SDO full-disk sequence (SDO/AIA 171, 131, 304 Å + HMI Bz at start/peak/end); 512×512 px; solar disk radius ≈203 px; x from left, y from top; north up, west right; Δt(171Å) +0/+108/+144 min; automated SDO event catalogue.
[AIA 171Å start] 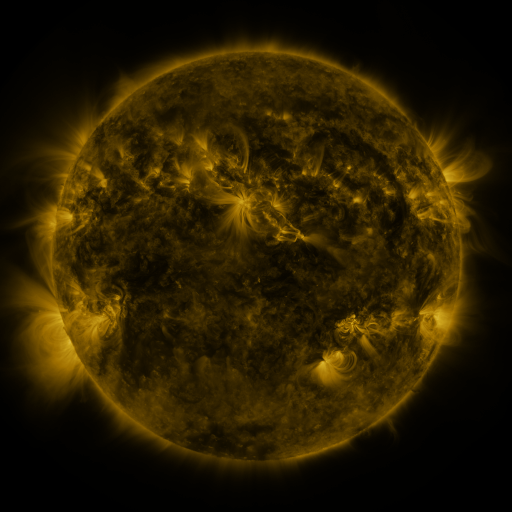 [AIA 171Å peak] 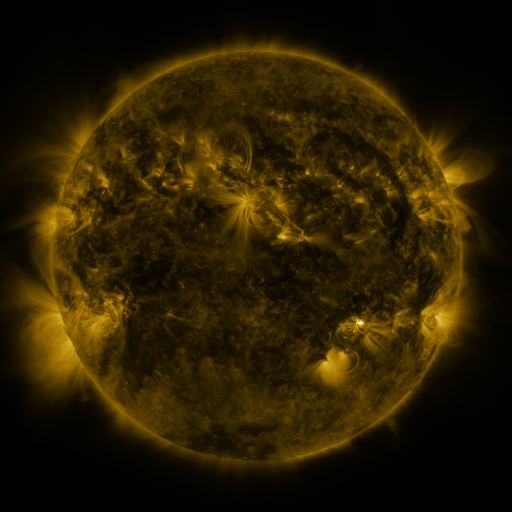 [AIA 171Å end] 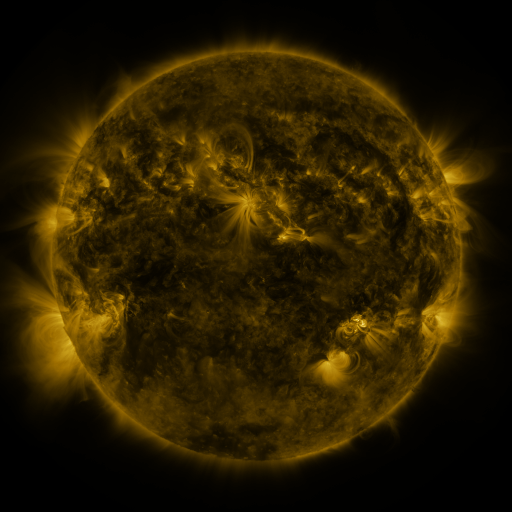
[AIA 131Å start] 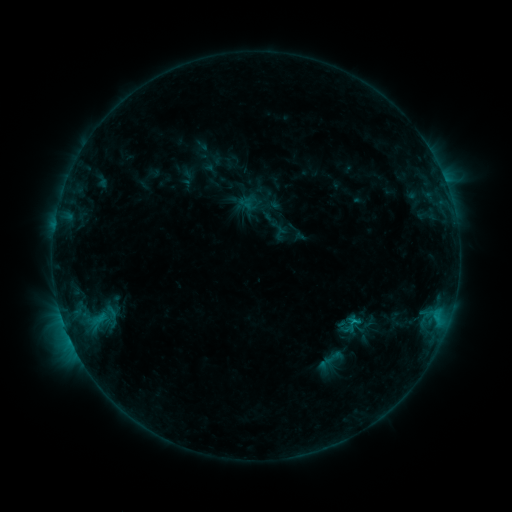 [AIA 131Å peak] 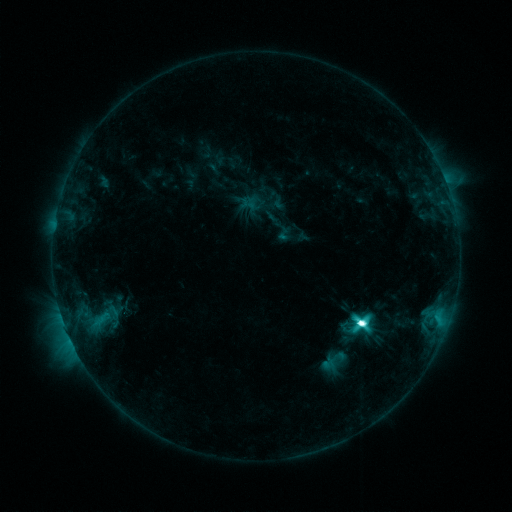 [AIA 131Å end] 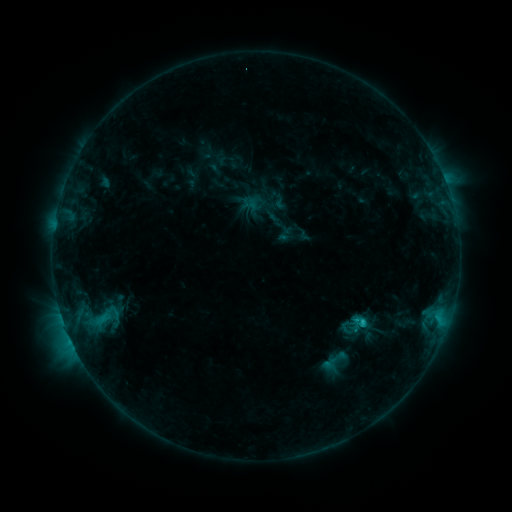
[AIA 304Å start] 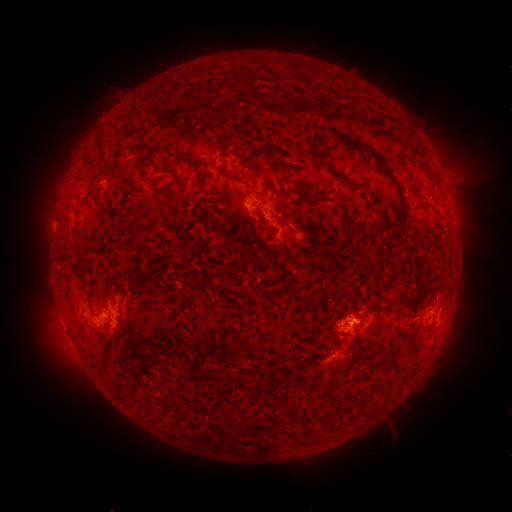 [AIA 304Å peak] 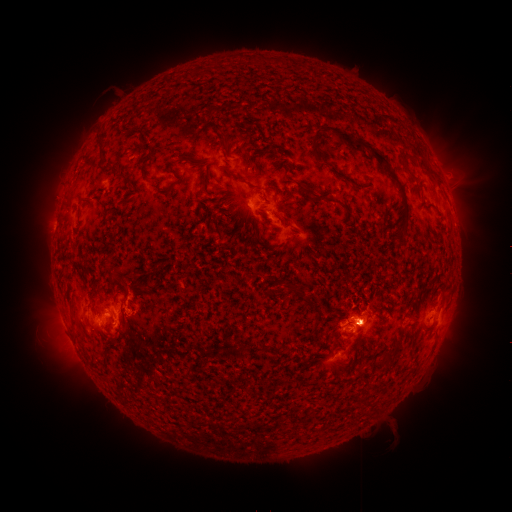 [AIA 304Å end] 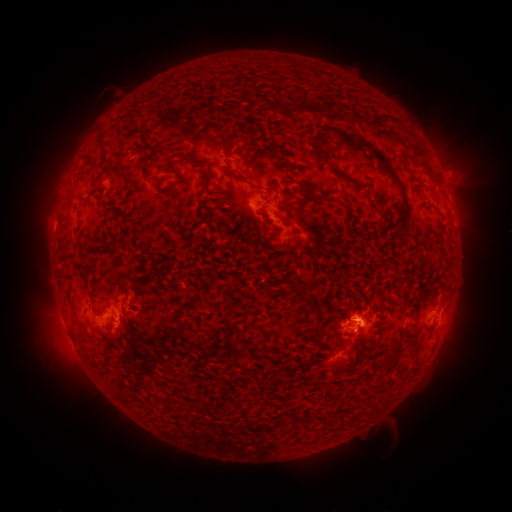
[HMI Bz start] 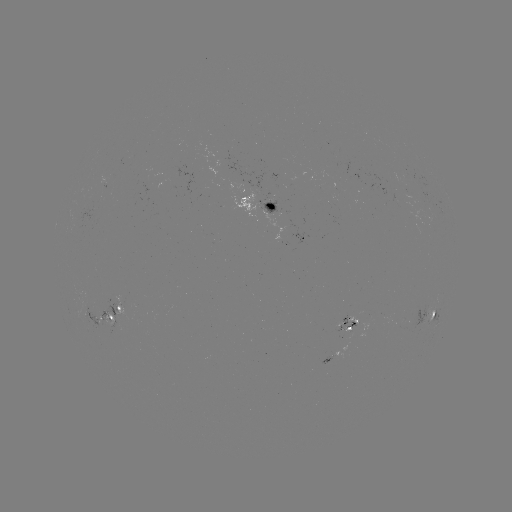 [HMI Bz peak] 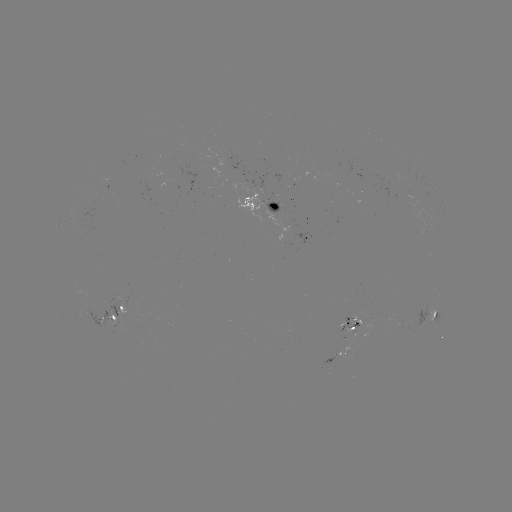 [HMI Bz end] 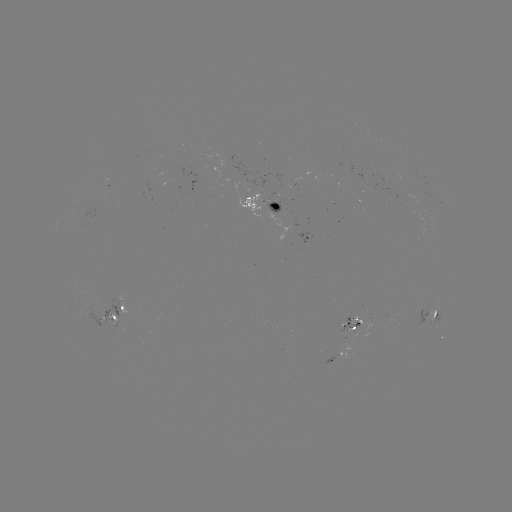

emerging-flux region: <bbox>81, 201, 96, 228</bbox>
